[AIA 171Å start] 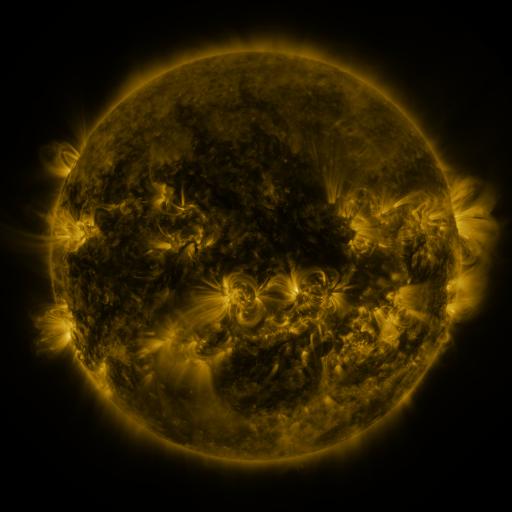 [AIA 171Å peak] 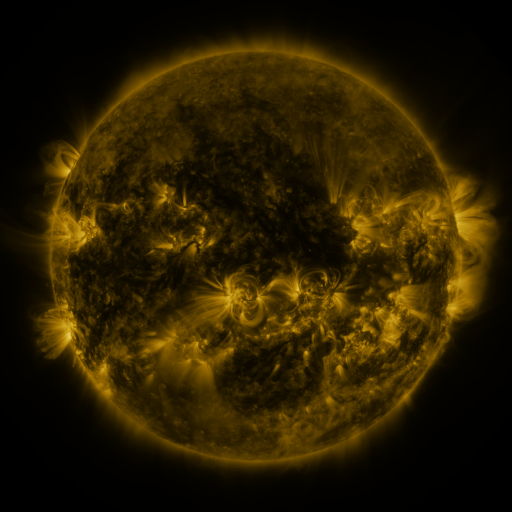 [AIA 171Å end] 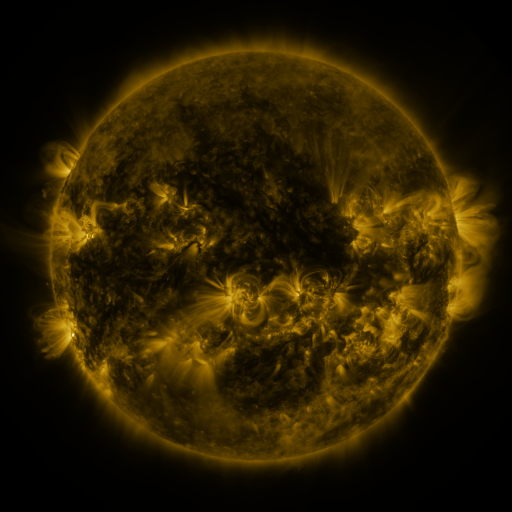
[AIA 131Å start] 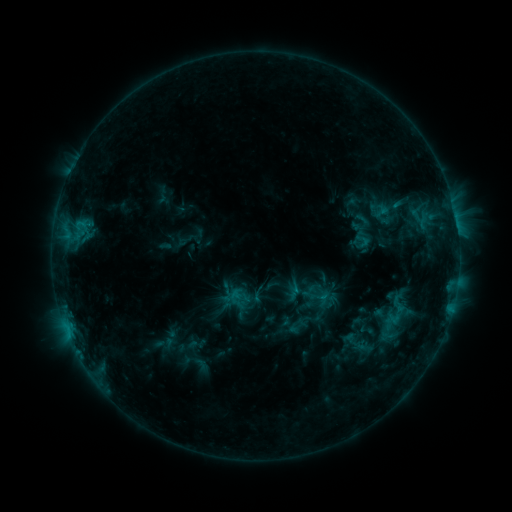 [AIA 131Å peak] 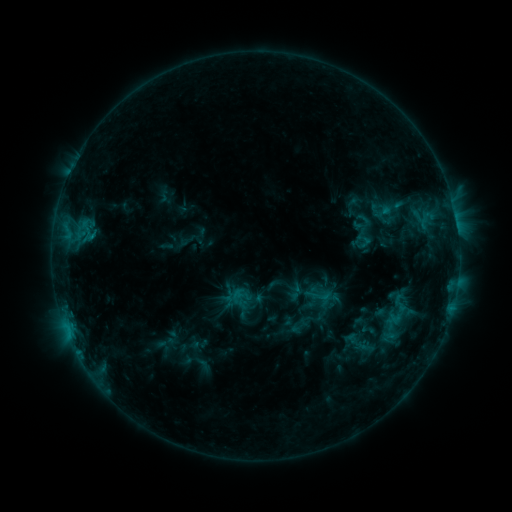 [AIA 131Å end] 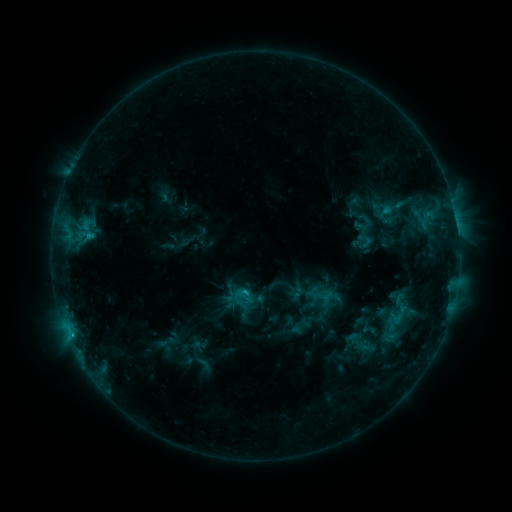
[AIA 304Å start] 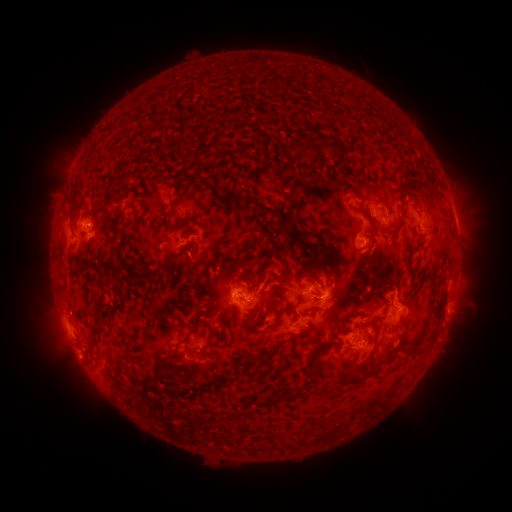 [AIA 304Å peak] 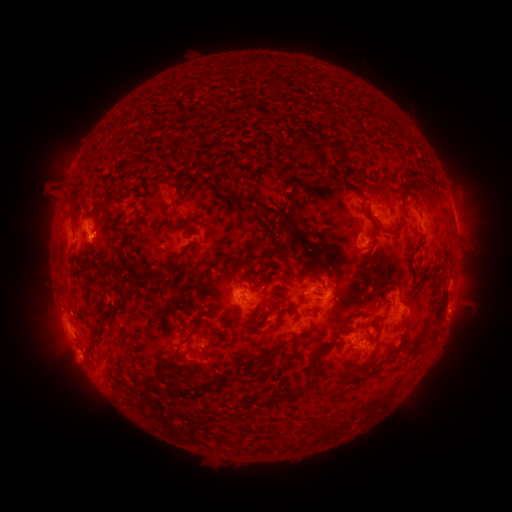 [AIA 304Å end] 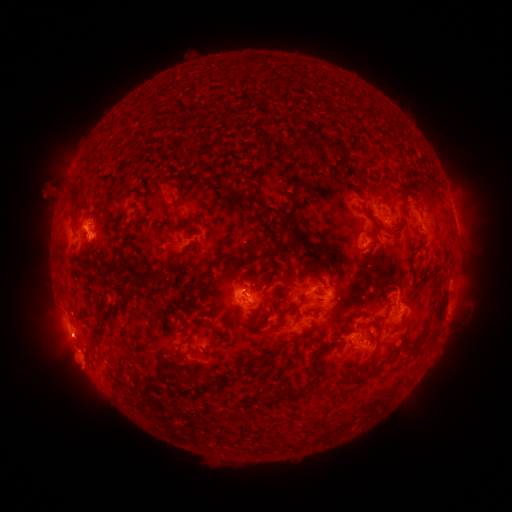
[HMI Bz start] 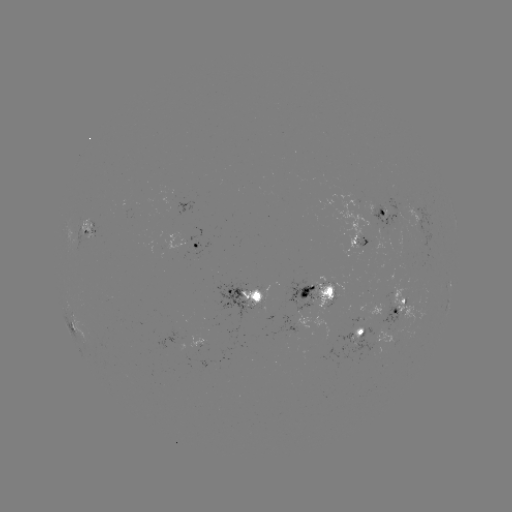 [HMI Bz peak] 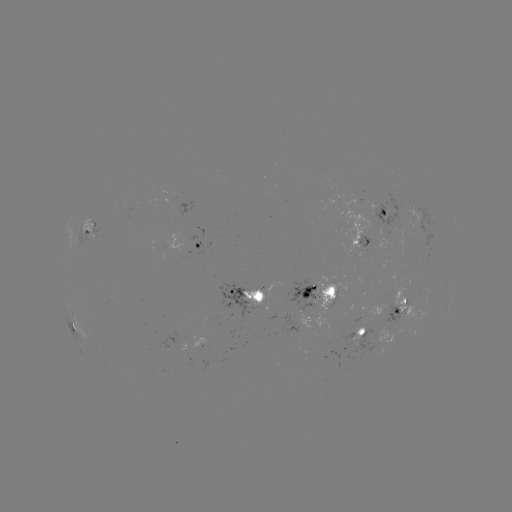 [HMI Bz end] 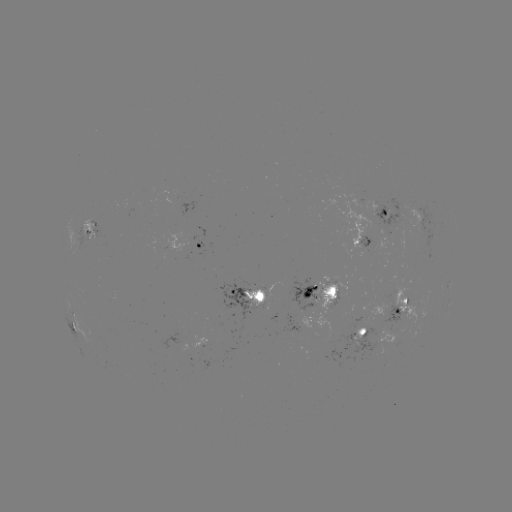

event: emerging-flux region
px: (106, 345)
